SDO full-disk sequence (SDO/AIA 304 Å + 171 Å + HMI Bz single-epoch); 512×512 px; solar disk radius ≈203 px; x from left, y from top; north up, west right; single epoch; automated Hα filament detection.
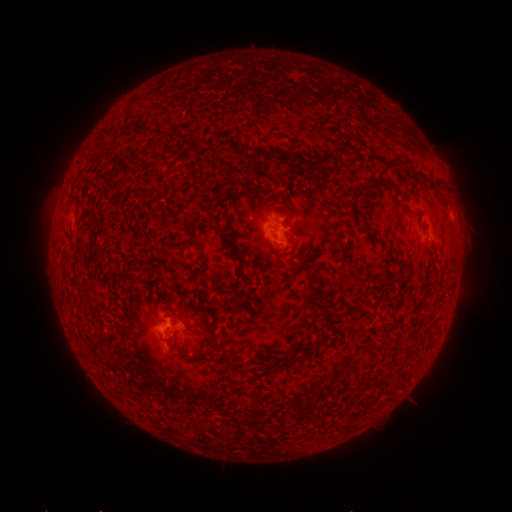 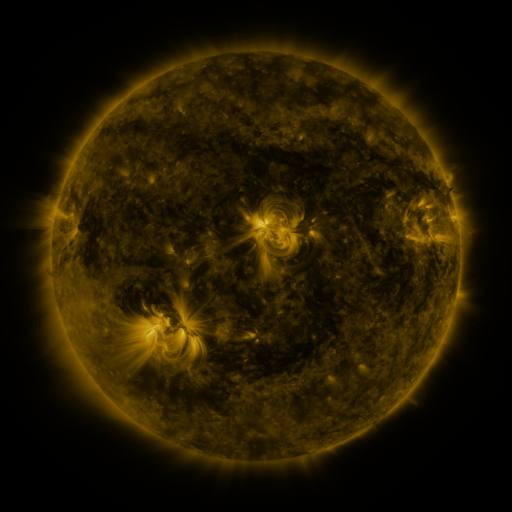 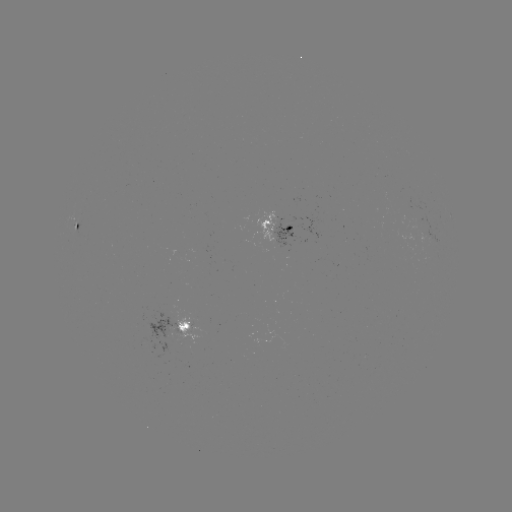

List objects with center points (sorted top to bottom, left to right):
filament: <bbox>325, 148, 334, 159</bbox>
filament: <bbox>354, 207, 365, 219</bbox>
filament: <bbox>177, 322, 190, 332</bbox>
